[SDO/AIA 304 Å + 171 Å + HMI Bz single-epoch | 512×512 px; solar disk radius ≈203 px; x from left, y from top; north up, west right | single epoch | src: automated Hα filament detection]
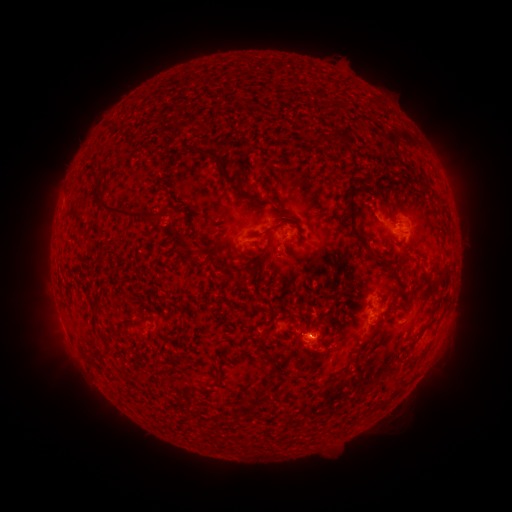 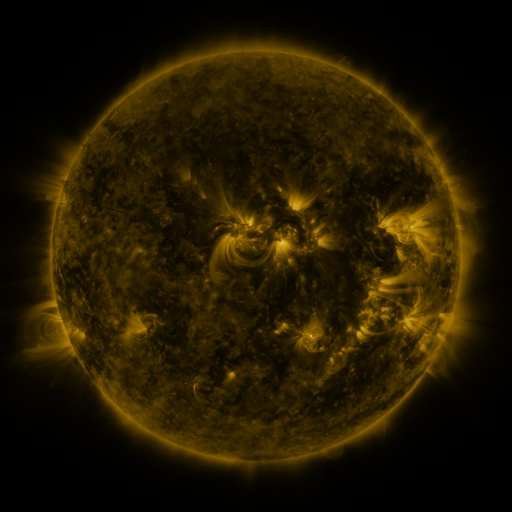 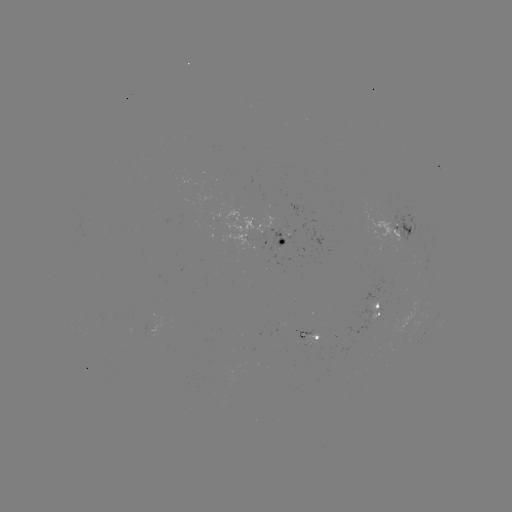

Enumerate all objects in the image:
filament: <bbox>311, 131, 324, 147</bbox>
filament: <bbox>200, 150, 237, 192</bbox>
filament: <bbox>395, 172, 404, 183</bbox>
filament: <bbox>364, 173, 380, 192</bbox>
filament: <bbox>357, 176, 366, 187</bbox>
filament: <bbox>346, 178, 389, 265</bbox>
filament: <bbox>419, 178, 429, 191</bbox>
filament: <bbox>244, 185, 260, 204</bbox>
filament: <bbox>95, 192, 169, 229</bbox>
filament: <bbox>272, 201, 283, 212</bbox>
filament: <bbox>246, 222, 283, 252</bbox>
filament: <bbox>175, 233, 190, 251</bbox>
filament: <bbox>175, 245, 204, 265</bbox>
filament: <bbox>255, 248, 270, 267</bbox>
filament: <bbox>434, 265, 450, 280</bbox>
filament: <bbox>231, 275, 248, 288</bbox>
filament: <bbox>261, 278, 268, 288</bbox>
filament: <bbox>394, 282, 407, 293</bbox>
filament: <bbox>93, 304, 104, 317</bbox>
filament: <bbox>370, 327, 376, 336</bbox>
filament: <bbox>101, 332, 110, 345</bbox>
filament: <bbox>420, 337, 434, 354</bbox>
filament: <bbox>106, 349, 114, 358</bbox>
filament: <bbox>263, 352, 276, 363</bbox>
filament: <bbox>257, 381, 268, 393</bbox>
filament: <bbox>225, 398, 241, 407</bbox>
